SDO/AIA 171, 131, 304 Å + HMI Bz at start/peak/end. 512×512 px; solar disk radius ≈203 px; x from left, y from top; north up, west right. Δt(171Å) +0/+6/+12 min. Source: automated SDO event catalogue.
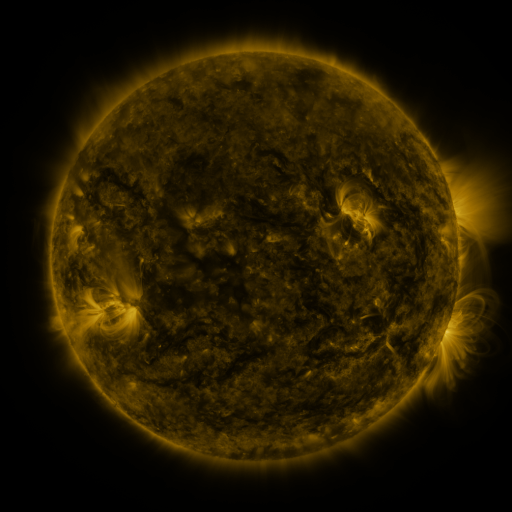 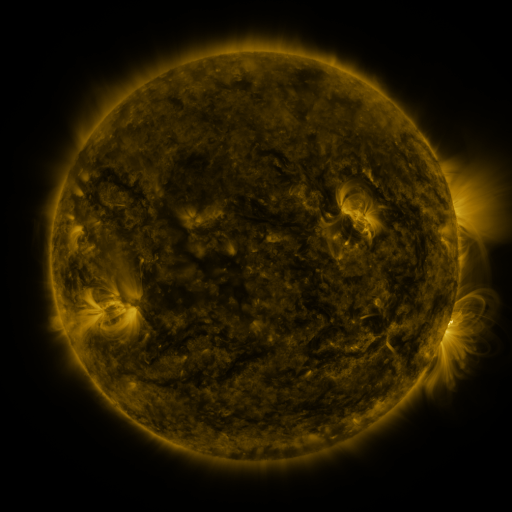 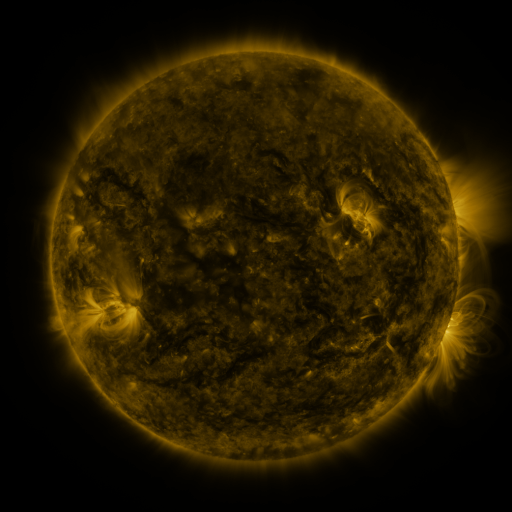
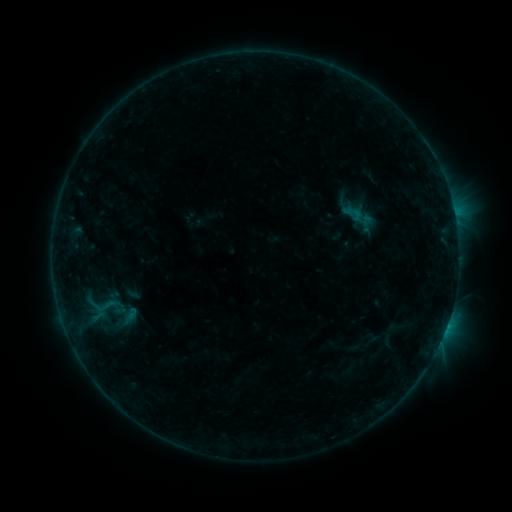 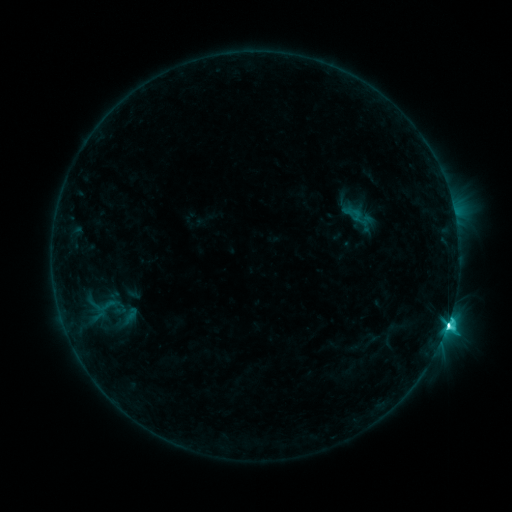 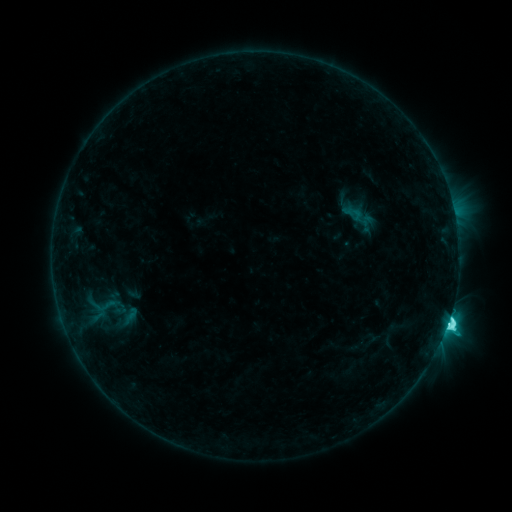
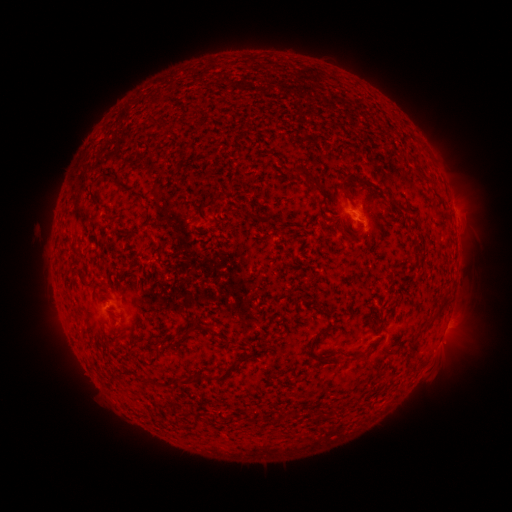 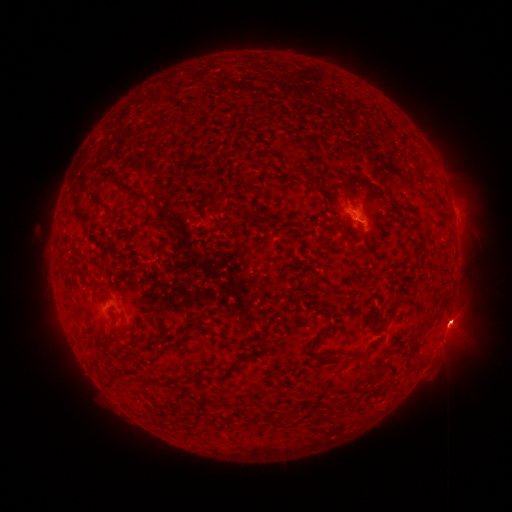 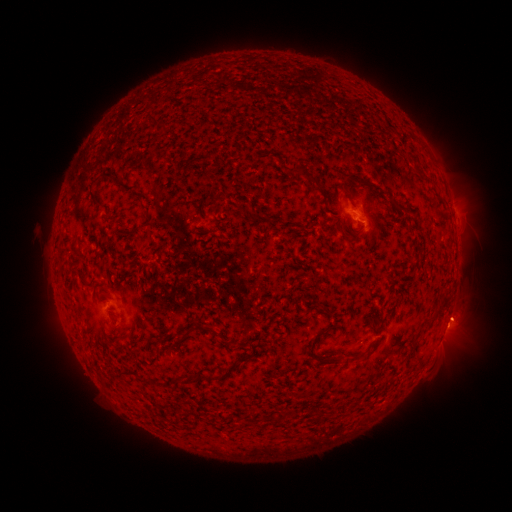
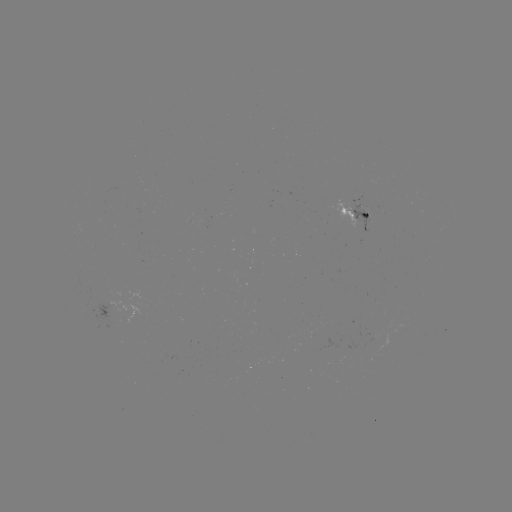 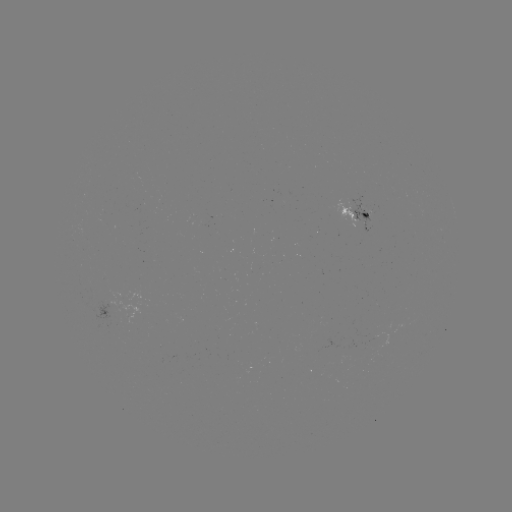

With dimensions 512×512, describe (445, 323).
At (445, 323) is M1.0 flare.